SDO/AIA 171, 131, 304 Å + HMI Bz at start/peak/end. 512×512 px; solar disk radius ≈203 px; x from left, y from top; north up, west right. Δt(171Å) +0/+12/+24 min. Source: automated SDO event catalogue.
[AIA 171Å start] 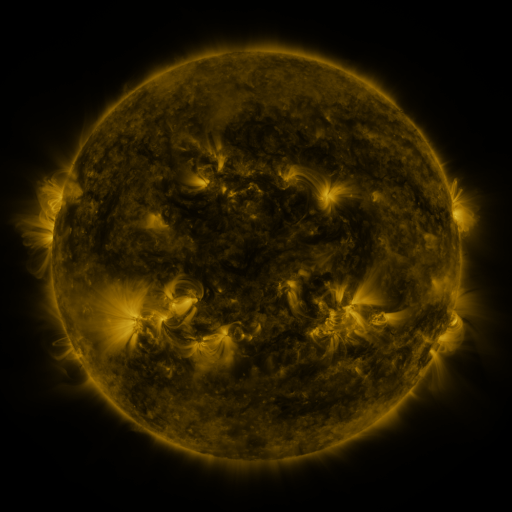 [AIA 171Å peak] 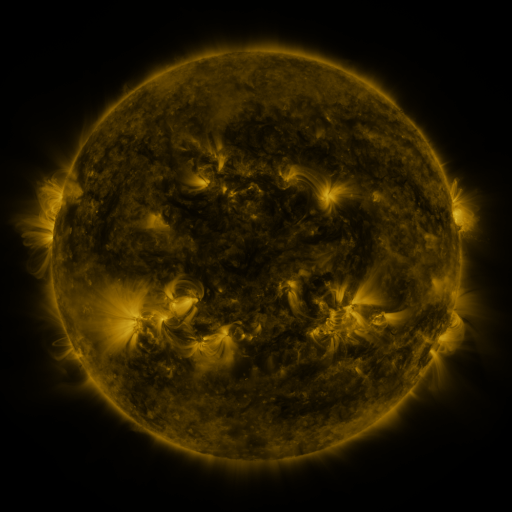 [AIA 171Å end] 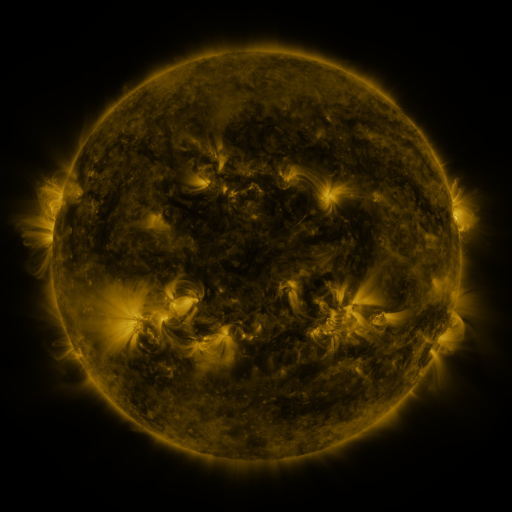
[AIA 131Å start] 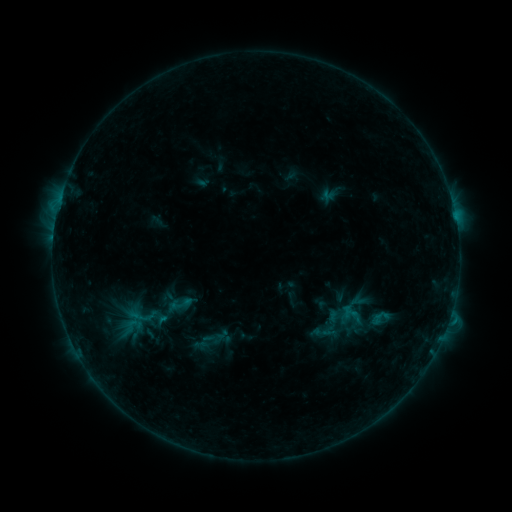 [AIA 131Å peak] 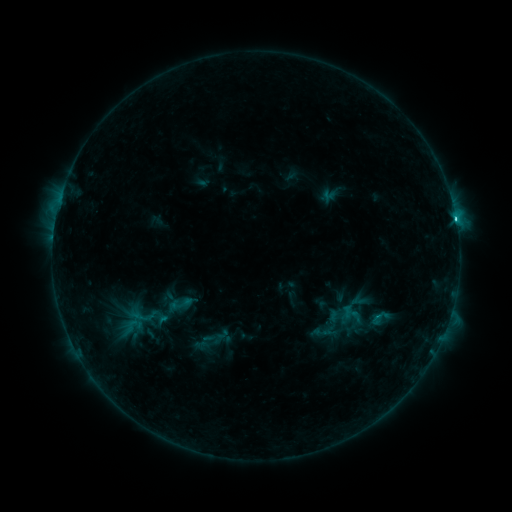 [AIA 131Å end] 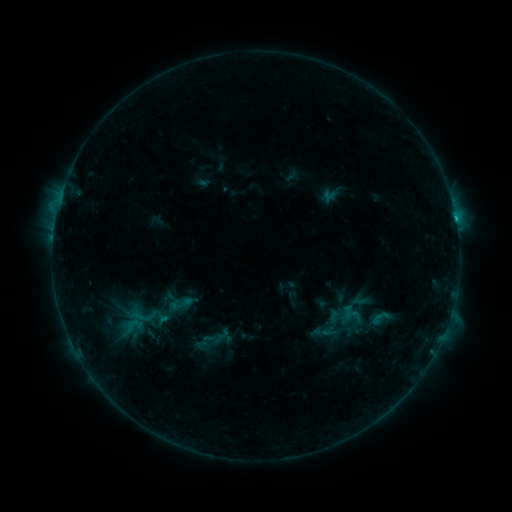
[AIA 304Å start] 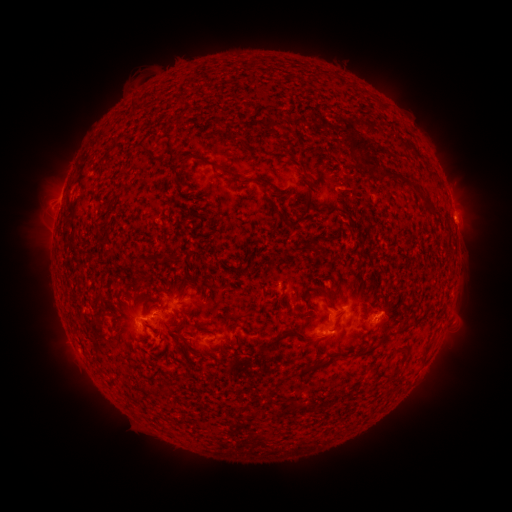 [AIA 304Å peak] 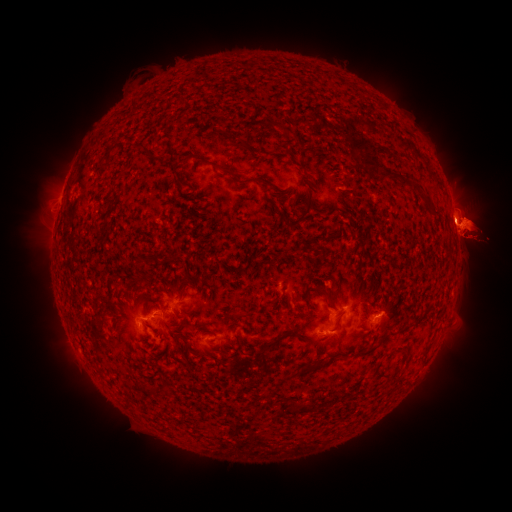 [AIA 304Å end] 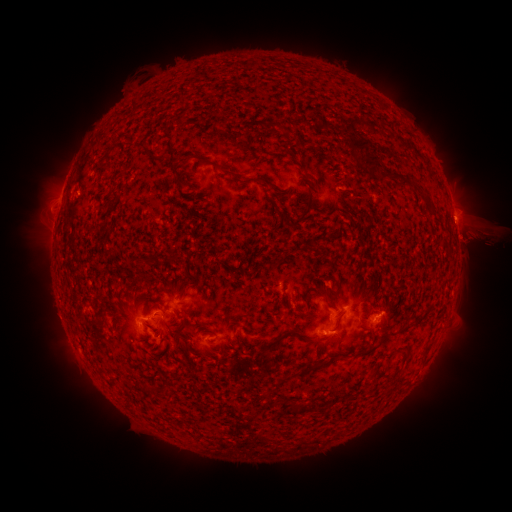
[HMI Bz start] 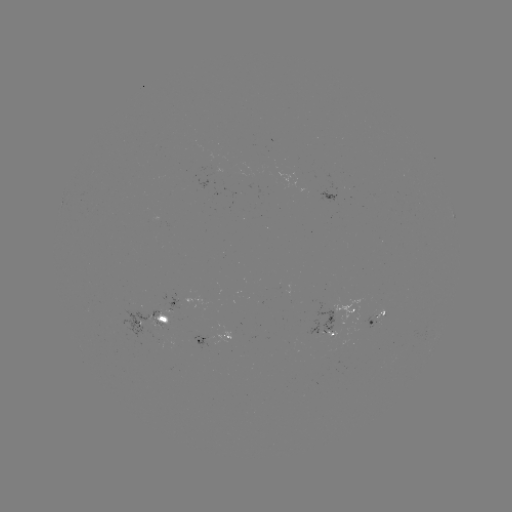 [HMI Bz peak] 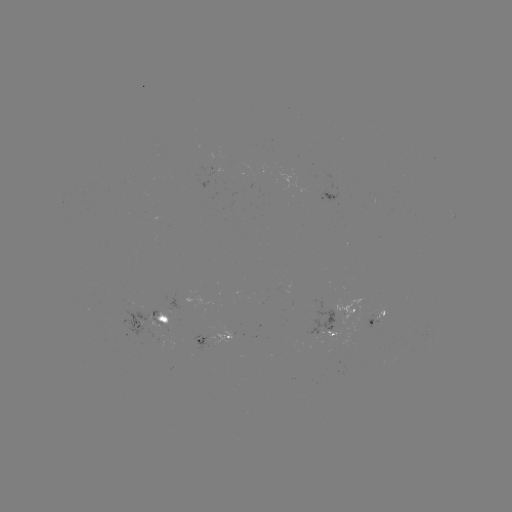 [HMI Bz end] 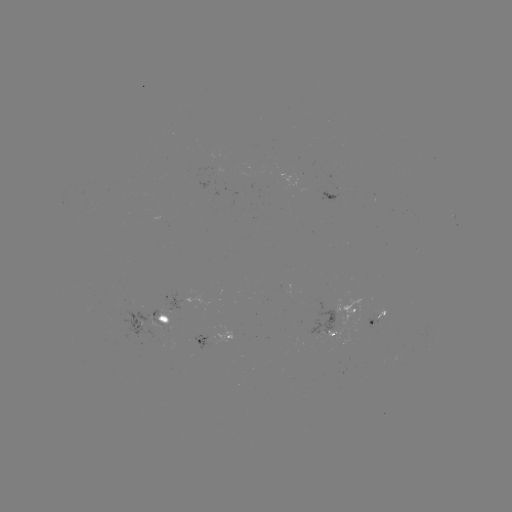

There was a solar eruption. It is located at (470, 231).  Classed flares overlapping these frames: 1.